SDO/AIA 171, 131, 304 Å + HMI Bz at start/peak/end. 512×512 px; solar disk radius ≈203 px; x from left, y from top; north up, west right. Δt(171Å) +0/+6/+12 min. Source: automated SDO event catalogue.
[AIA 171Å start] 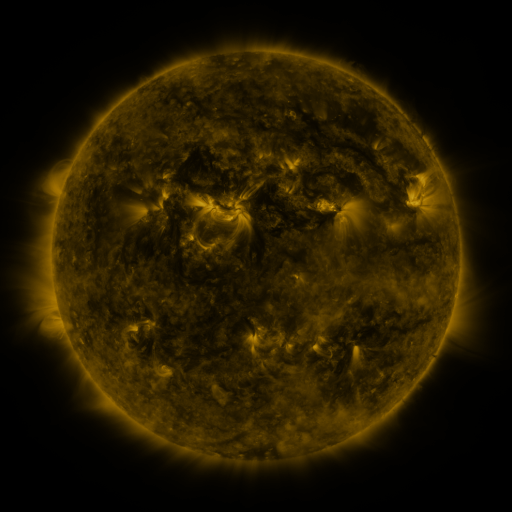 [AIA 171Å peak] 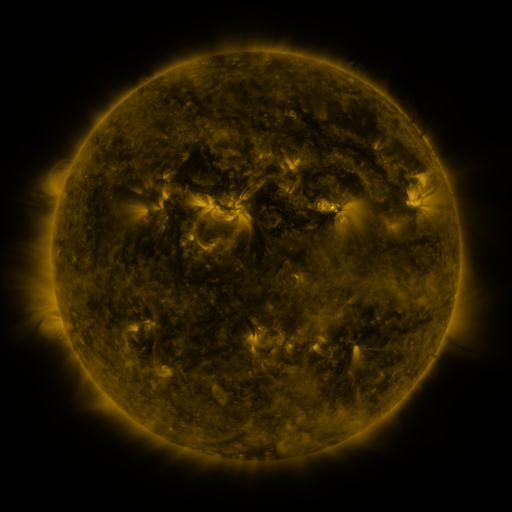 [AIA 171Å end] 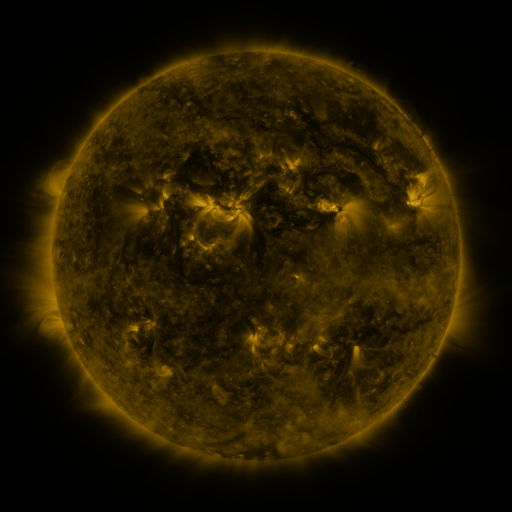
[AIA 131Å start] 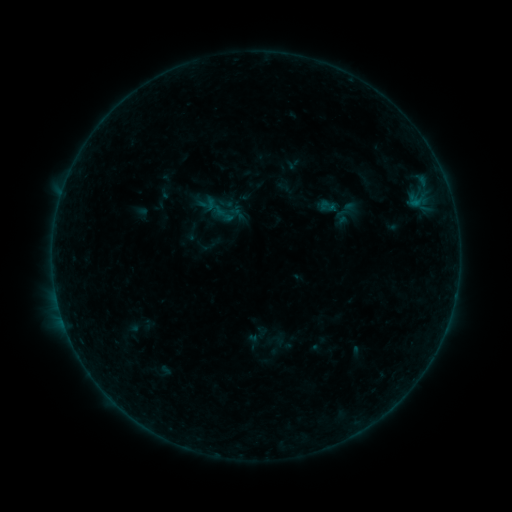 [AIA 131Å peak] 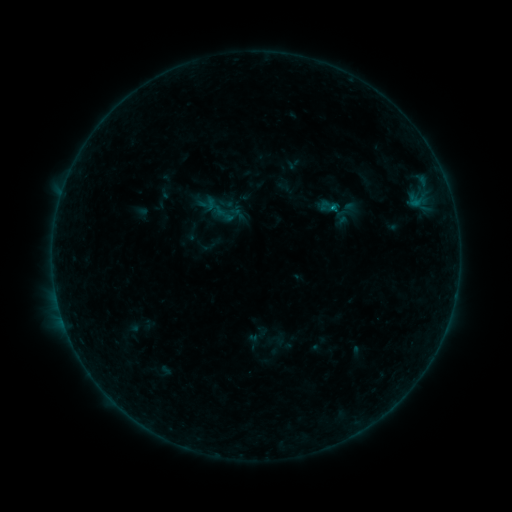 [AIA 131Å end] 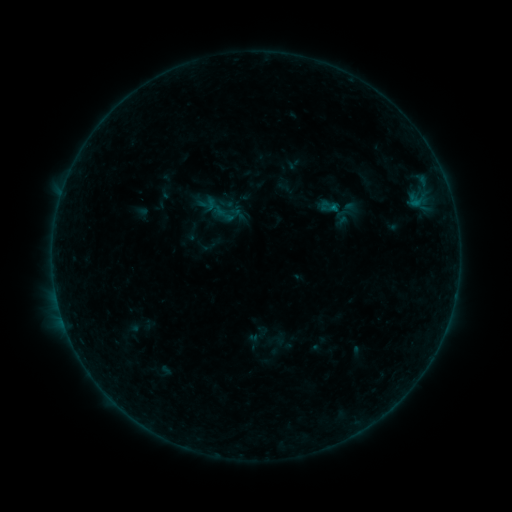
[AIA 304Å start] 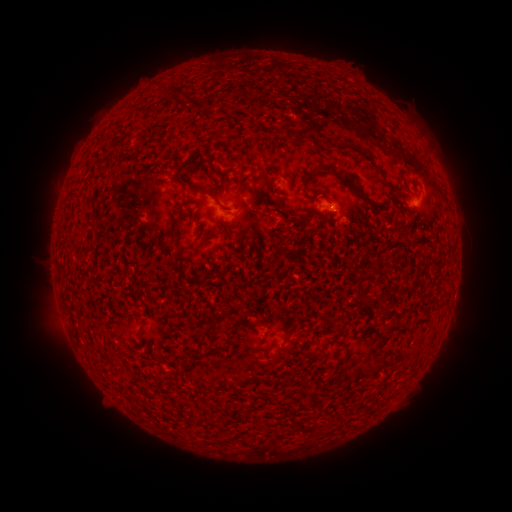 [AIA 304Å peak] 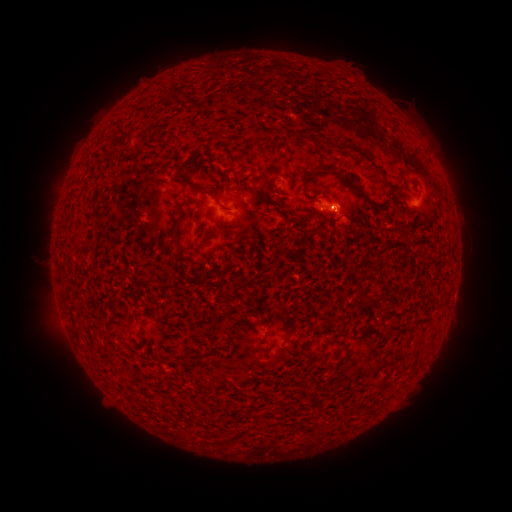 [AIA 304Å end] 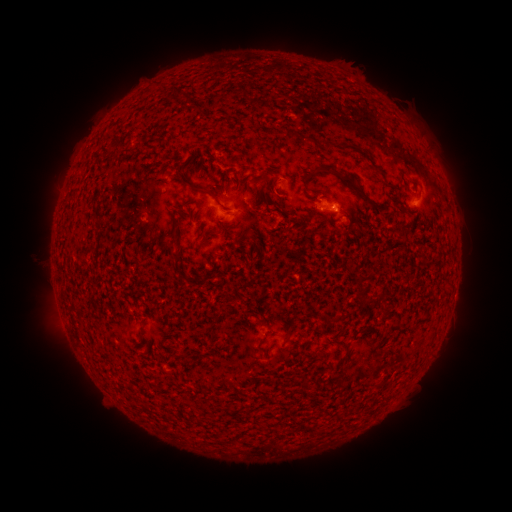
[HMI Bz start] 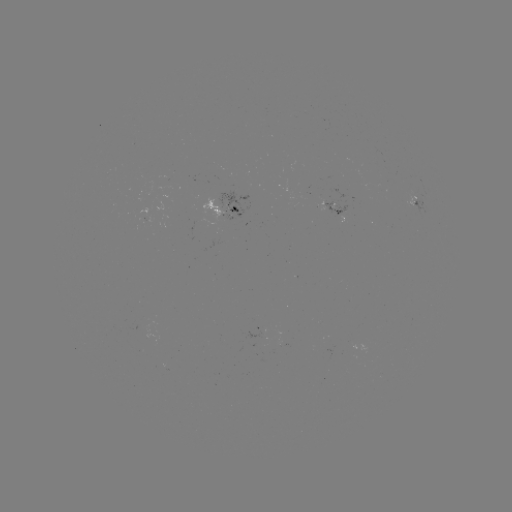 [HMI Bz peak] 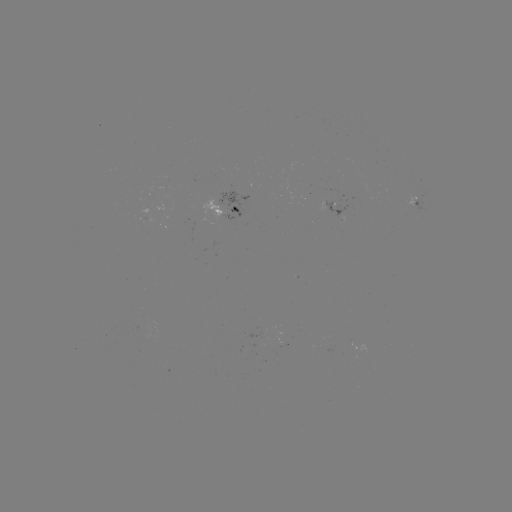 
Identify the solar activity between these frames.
B3.7 flare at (332, 209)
